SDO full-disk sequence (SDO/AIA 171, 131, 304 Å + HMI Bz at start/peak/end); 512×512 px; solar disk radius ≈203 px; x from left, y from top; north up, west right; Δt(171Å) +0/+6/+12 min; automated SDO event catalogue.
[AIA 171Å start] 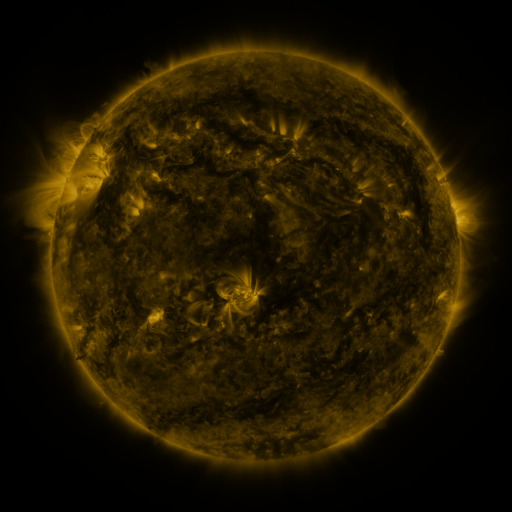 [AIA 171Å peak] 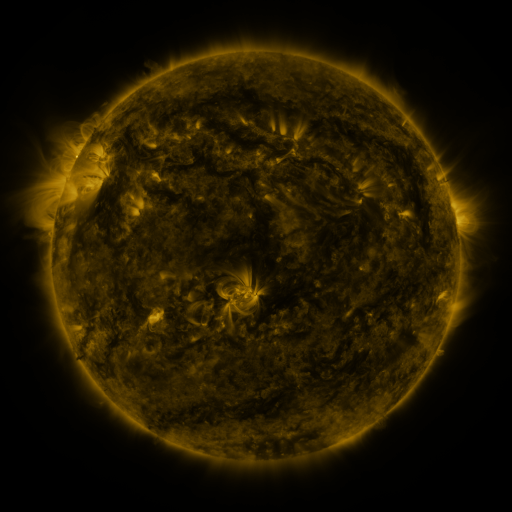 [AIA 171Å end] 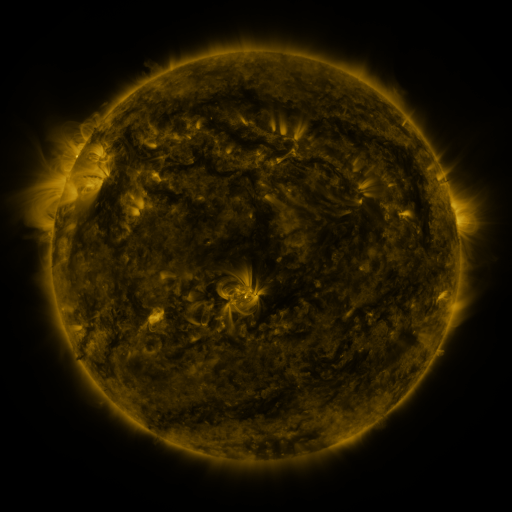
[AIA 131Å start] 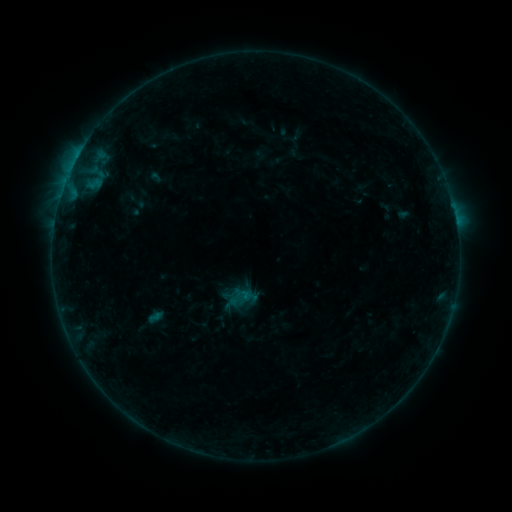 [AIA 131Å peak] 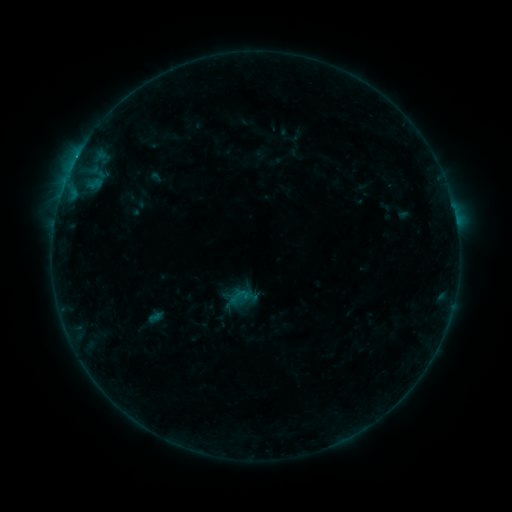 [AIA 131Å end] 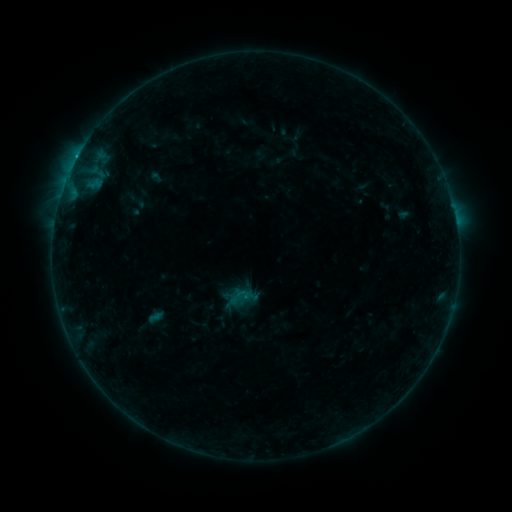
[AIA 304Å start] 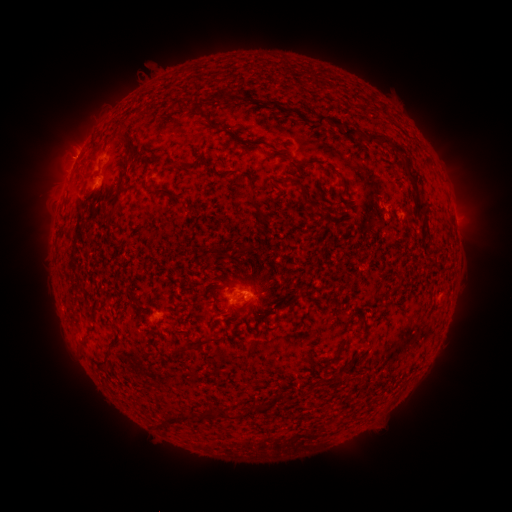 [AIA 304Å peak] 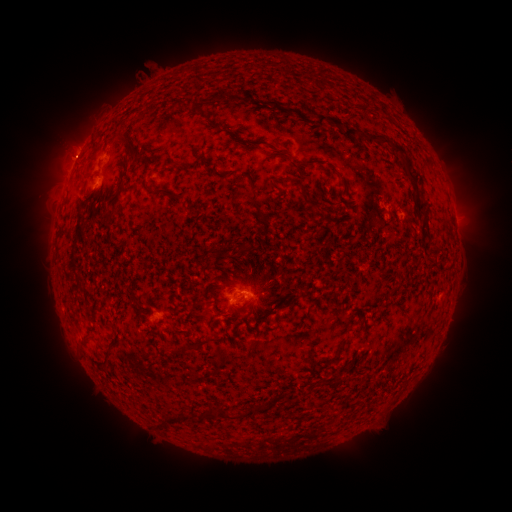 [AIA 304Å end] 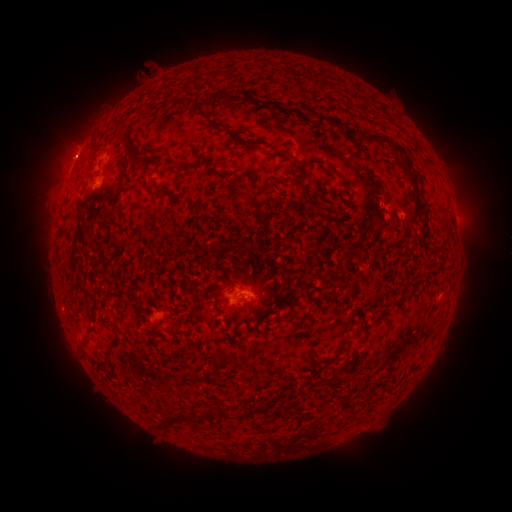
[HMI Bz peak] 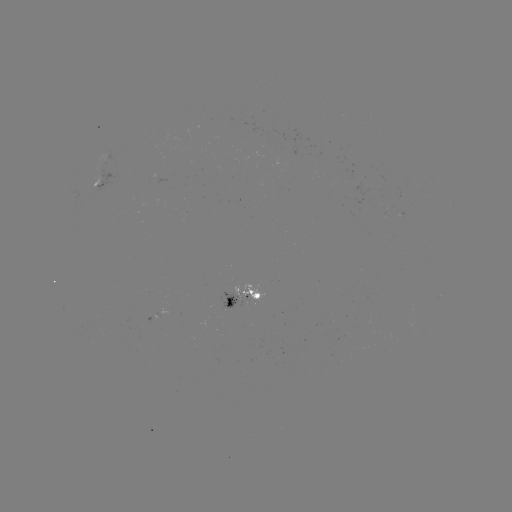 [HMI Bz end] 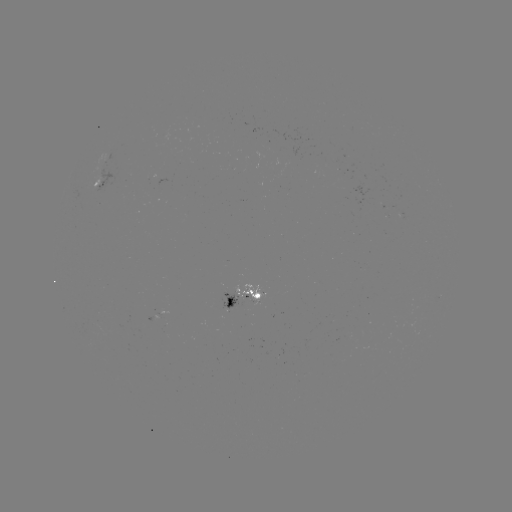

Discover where B7.2 flare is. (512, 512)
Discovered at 77,159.